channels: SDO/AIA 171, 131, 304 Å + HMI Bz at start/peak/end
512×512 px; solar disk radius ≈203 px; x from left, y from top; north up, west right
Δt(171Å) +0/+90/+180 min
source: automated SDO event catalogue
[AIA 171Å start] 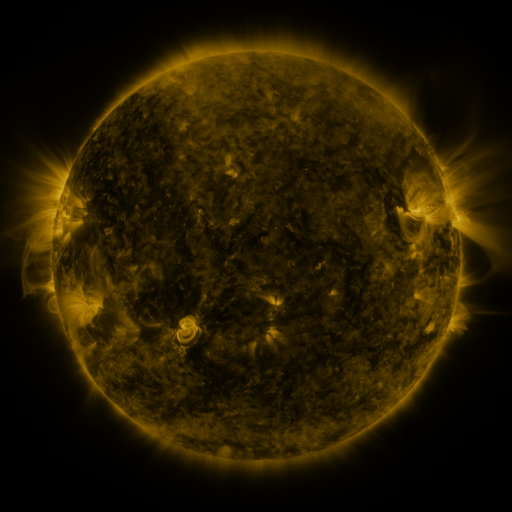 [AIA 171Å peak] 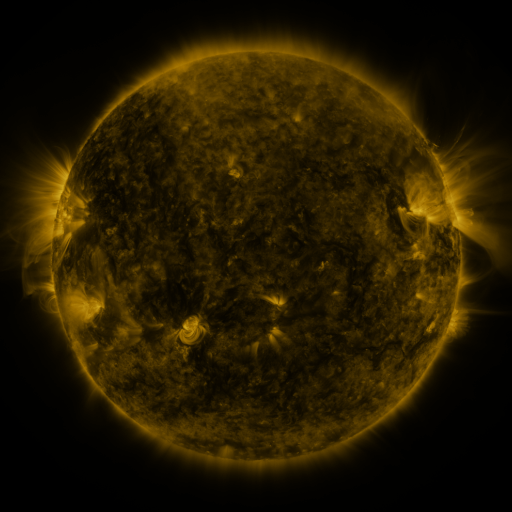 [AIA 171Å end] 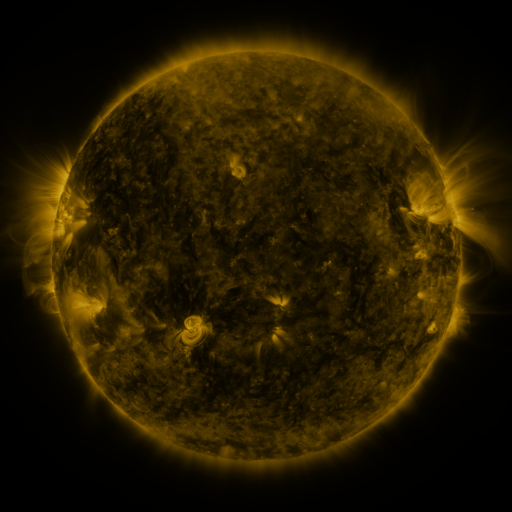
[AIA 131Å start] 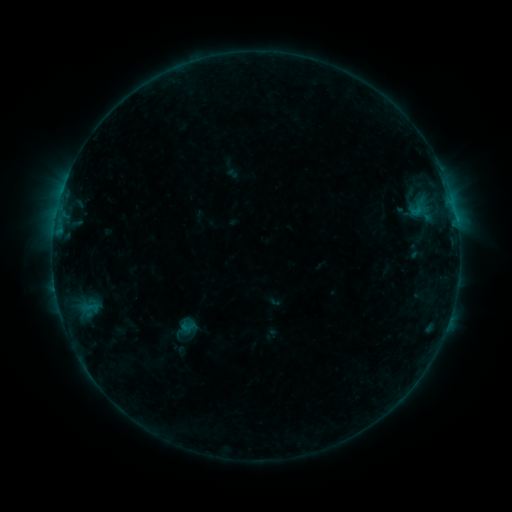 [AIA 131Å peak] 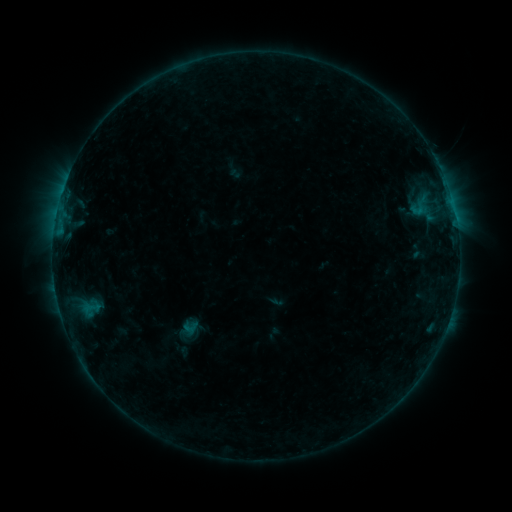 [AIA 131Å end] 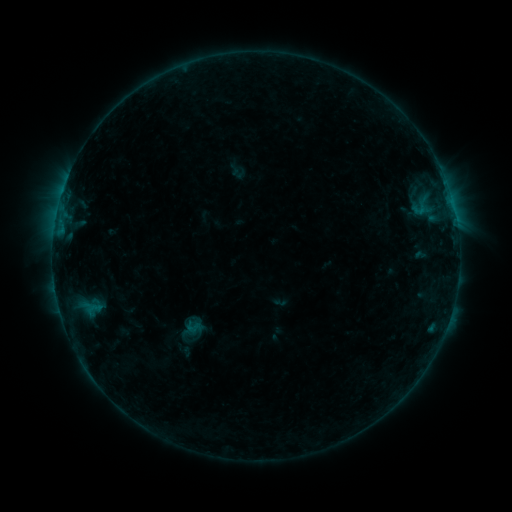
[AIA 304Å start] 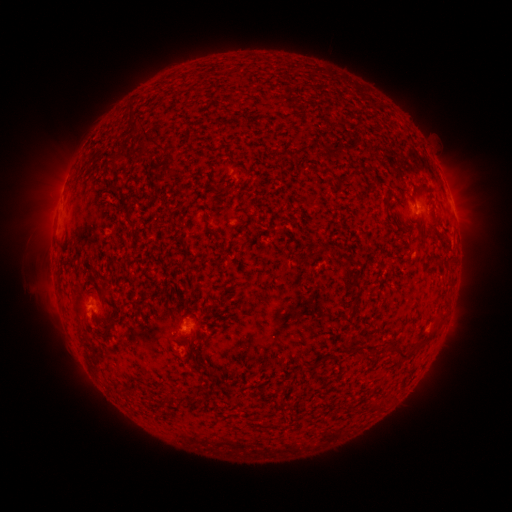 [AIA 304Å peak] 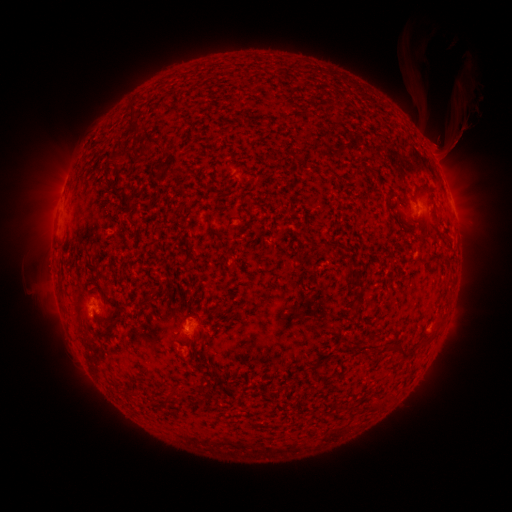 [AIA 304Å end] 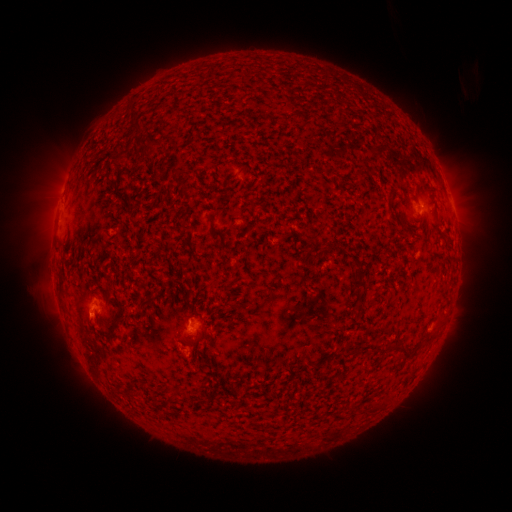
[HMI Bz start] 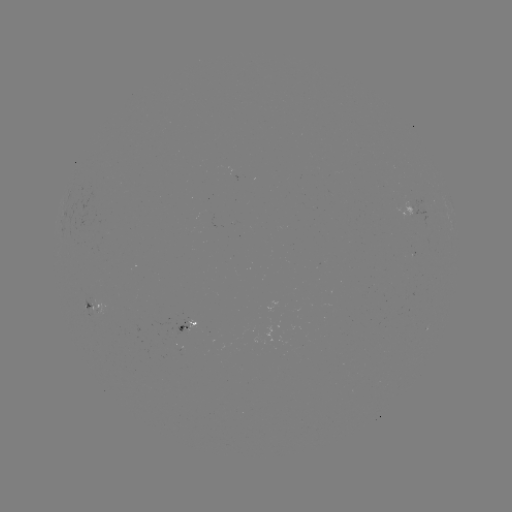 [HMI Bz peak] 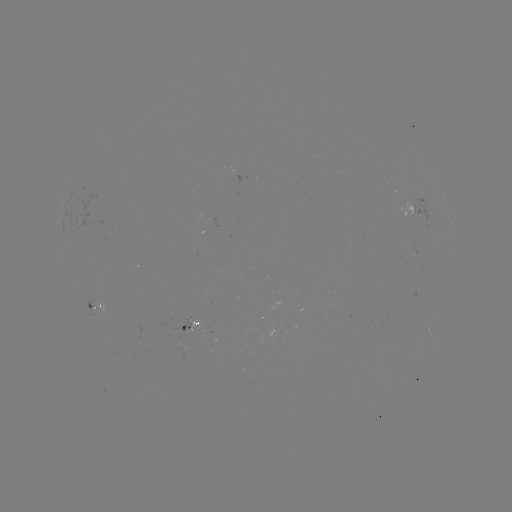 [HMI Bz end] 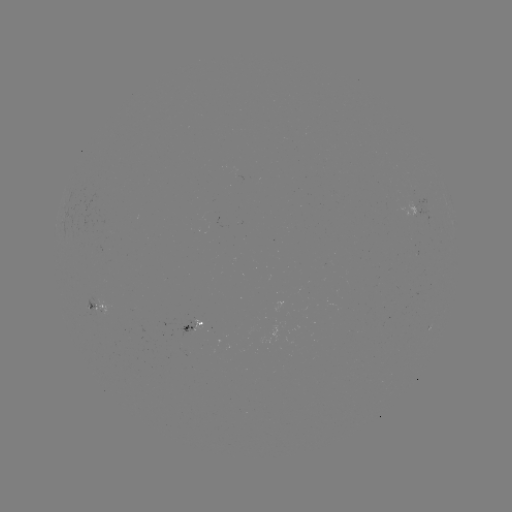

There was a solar filament eruption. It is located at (446, 107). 